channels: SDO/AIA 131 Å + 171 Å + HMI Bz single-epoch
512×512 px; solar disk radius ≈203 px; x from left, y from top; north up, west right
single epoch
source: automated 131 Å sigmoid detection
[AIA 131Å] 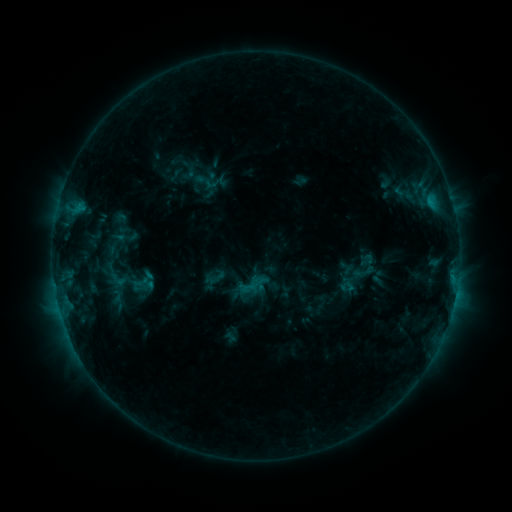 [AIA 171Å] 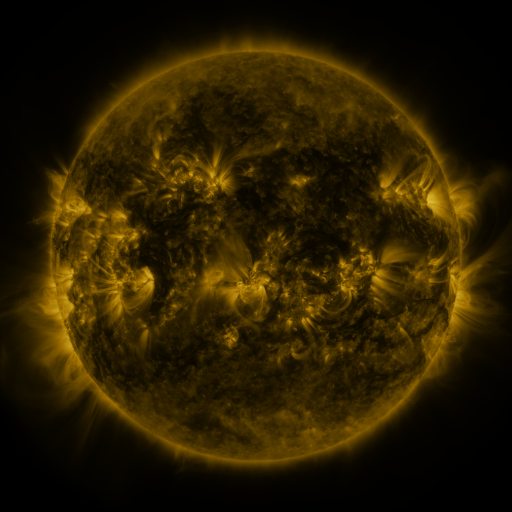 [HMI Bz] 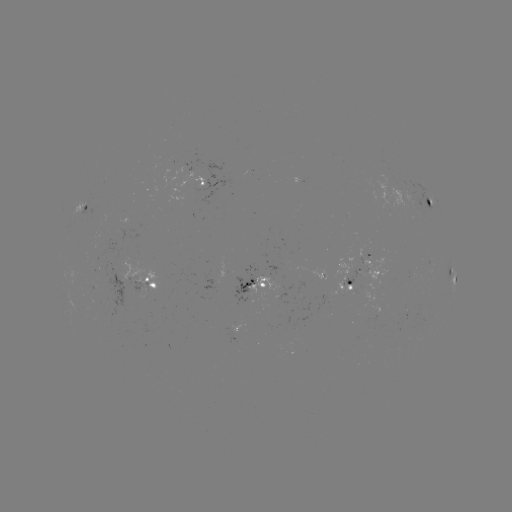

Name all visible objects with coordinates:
sigmoid: (206, 181)
sigmoid: (254, 285)
